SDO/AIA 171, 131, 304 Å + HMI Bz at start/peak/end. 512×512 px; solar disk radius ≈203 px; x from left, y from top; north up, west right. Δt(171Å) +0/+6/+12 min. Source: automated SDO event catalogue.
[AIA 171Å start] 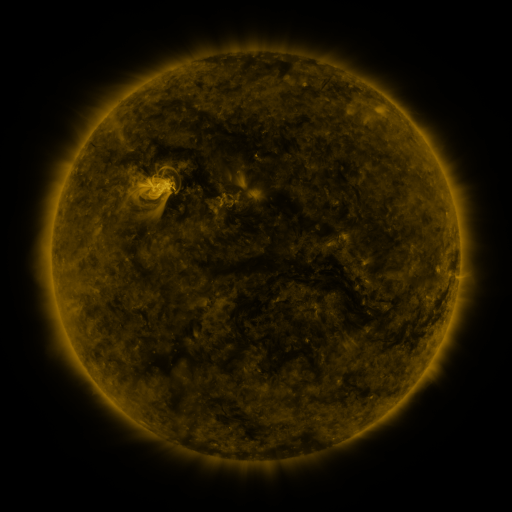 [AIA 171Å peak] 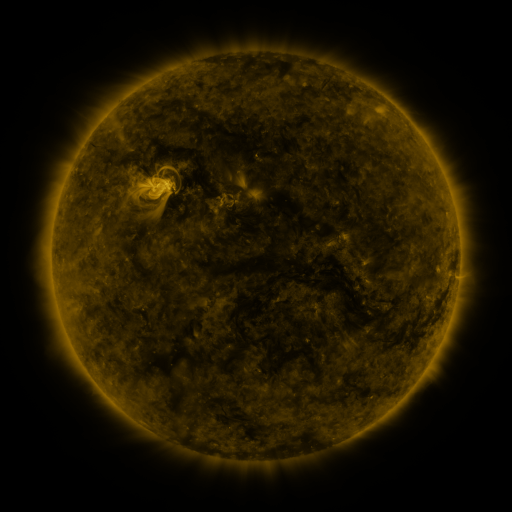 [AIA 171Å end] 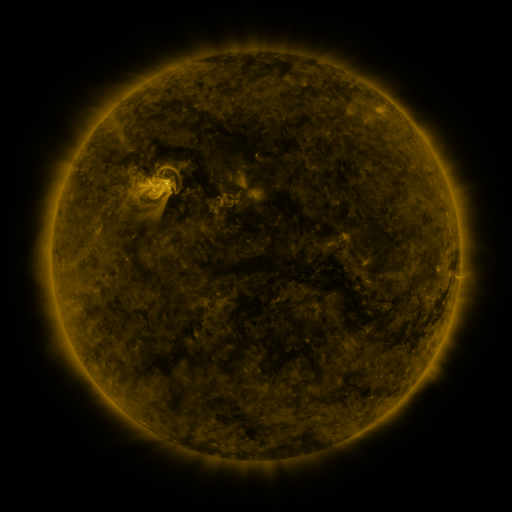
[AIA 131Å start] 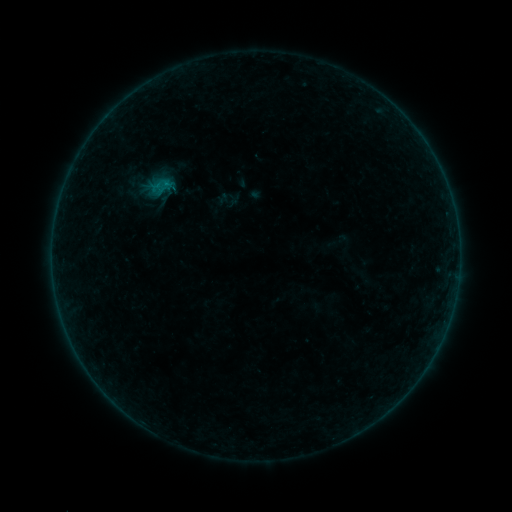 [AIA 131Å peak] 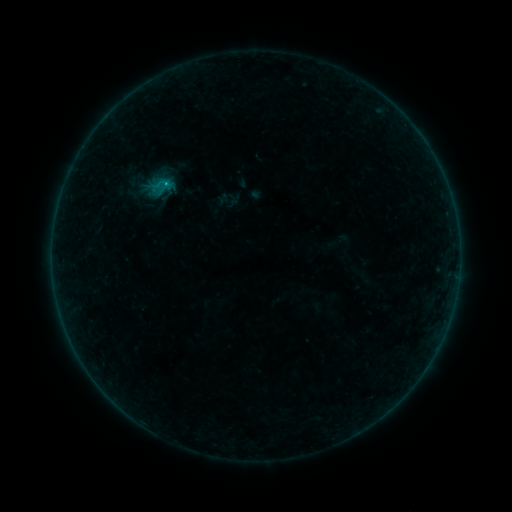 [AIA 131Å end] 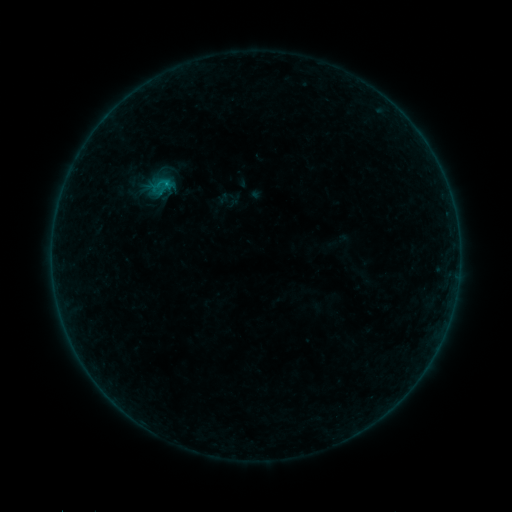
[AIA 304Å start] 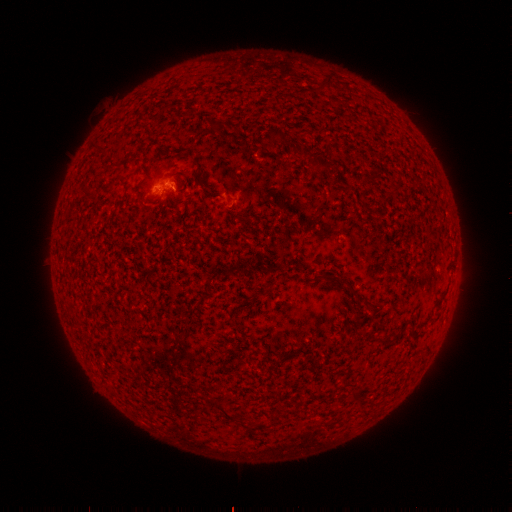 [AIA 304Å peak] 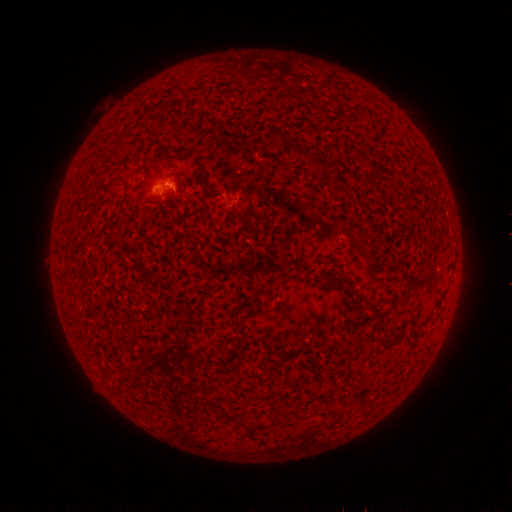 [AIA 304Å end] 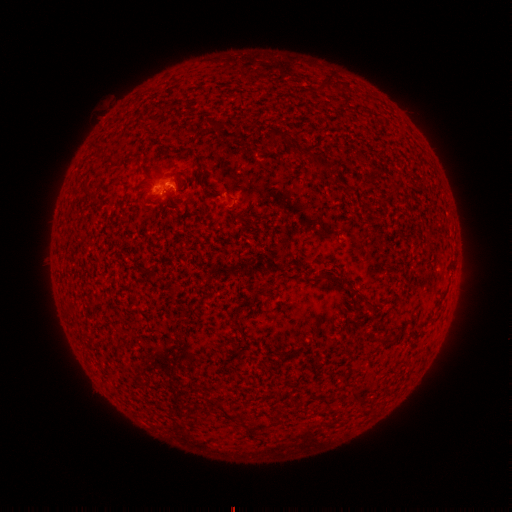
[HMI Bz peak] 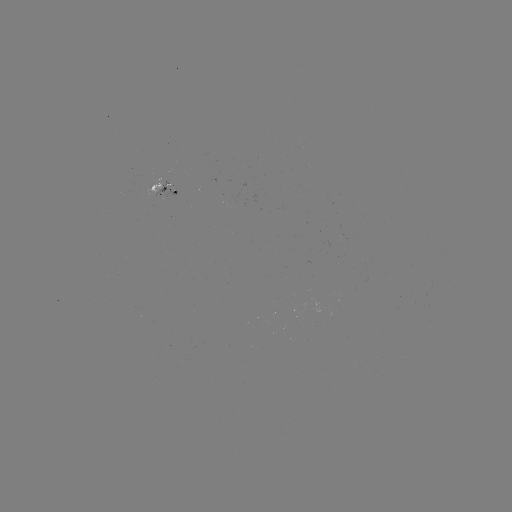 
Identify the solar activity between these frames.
B2.6 flare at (168, 184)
